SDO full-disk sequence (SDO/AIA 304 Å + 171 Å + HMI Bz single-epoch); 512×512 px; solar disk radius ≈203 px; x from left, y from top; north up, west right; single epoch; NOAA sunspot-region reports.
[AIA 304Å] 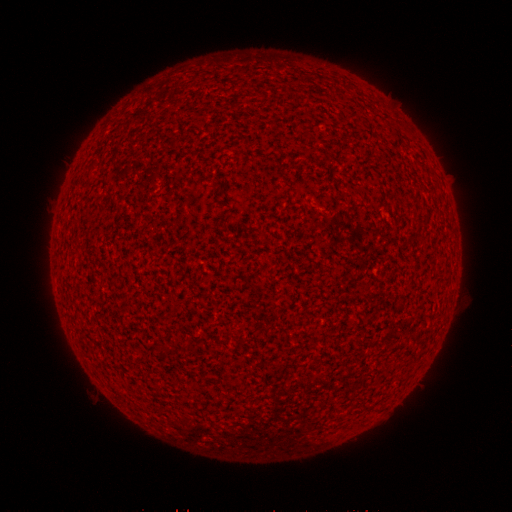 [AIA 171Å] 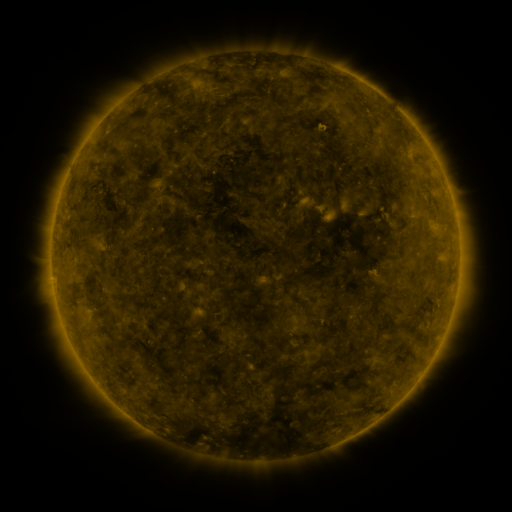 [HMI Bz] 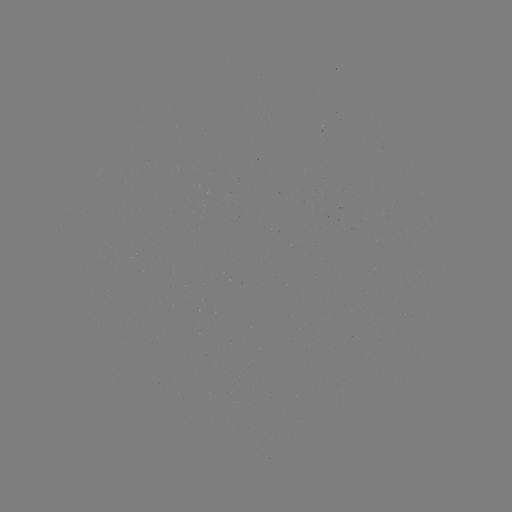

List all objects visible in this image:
(none)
